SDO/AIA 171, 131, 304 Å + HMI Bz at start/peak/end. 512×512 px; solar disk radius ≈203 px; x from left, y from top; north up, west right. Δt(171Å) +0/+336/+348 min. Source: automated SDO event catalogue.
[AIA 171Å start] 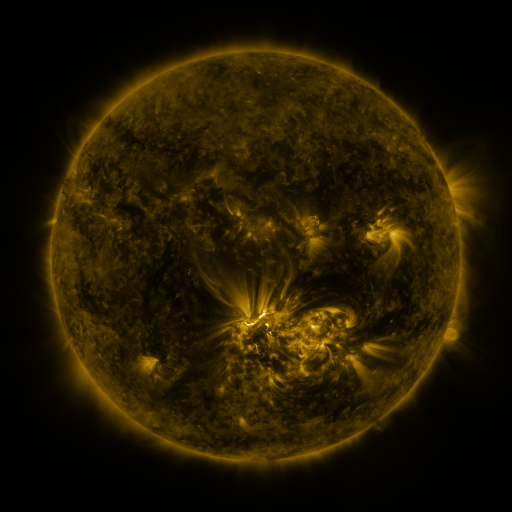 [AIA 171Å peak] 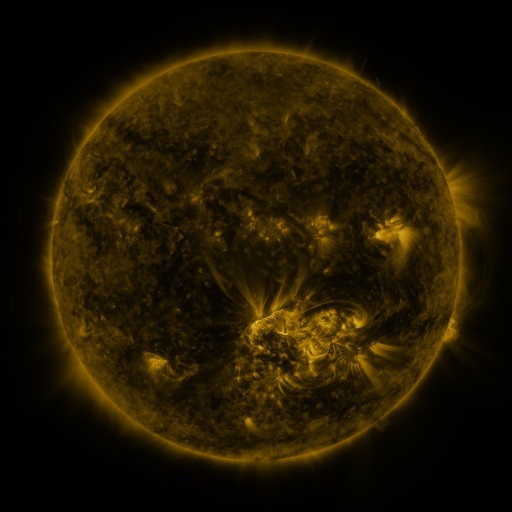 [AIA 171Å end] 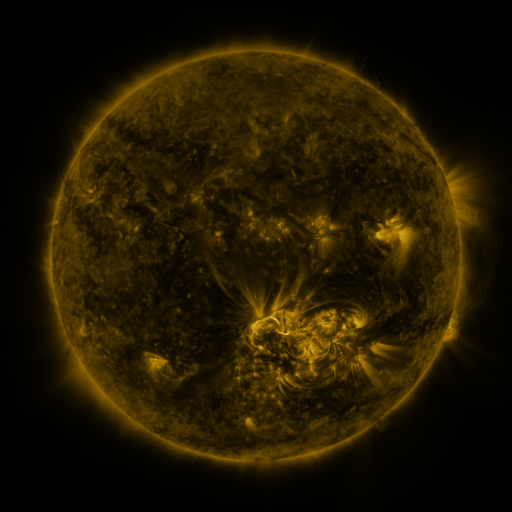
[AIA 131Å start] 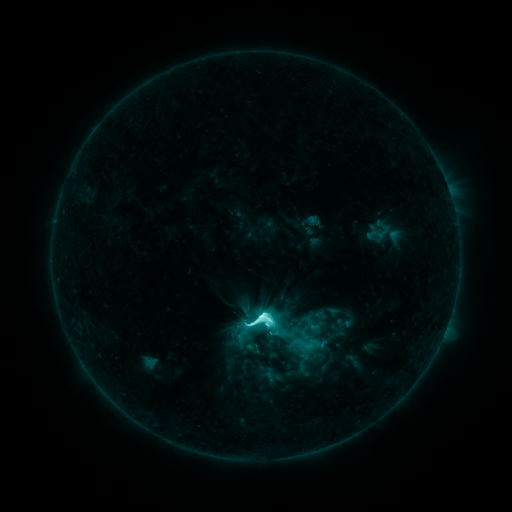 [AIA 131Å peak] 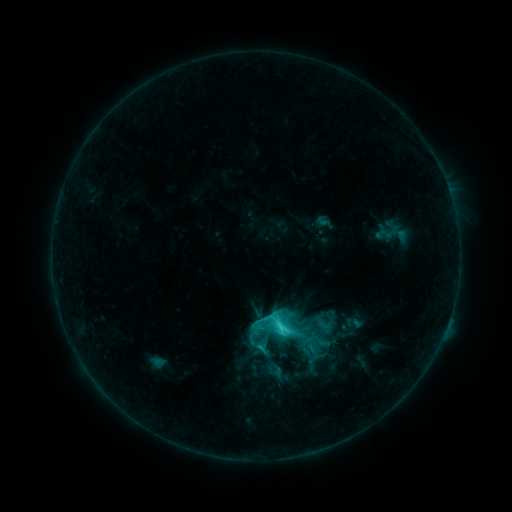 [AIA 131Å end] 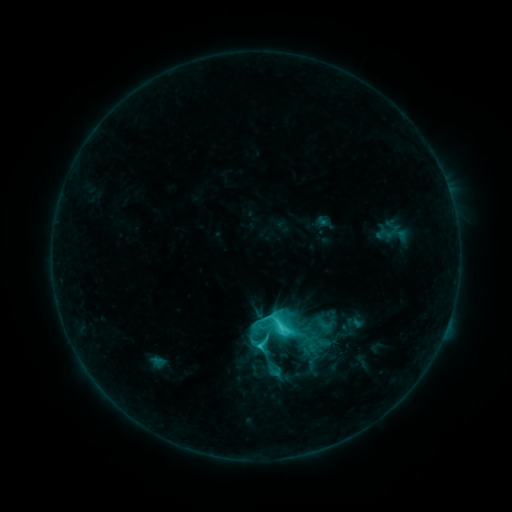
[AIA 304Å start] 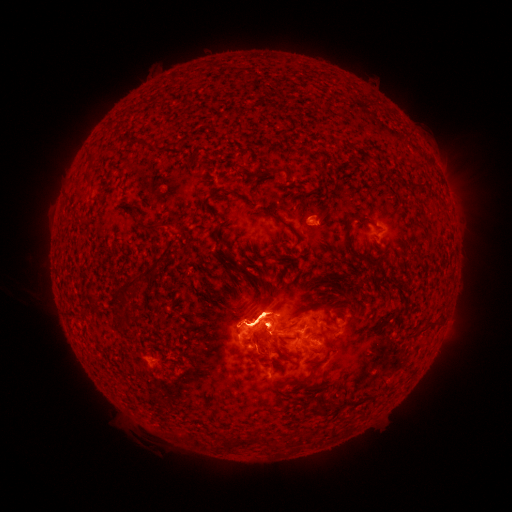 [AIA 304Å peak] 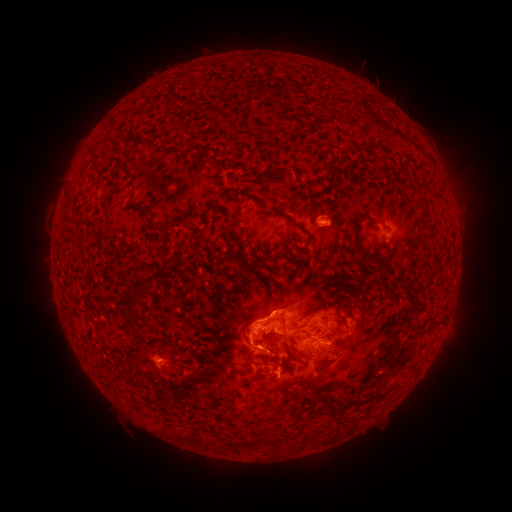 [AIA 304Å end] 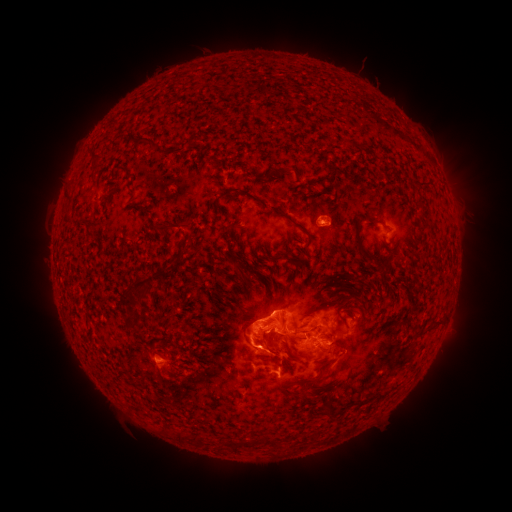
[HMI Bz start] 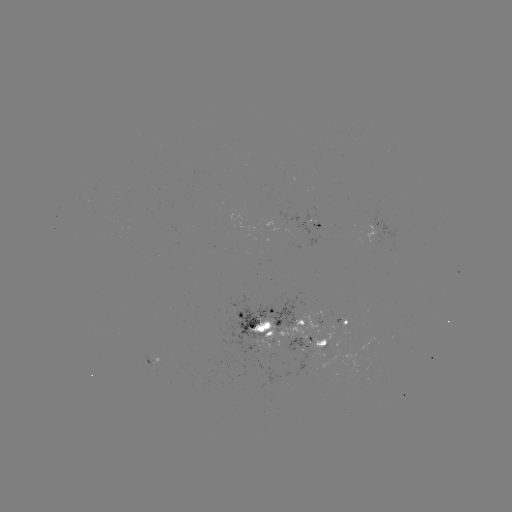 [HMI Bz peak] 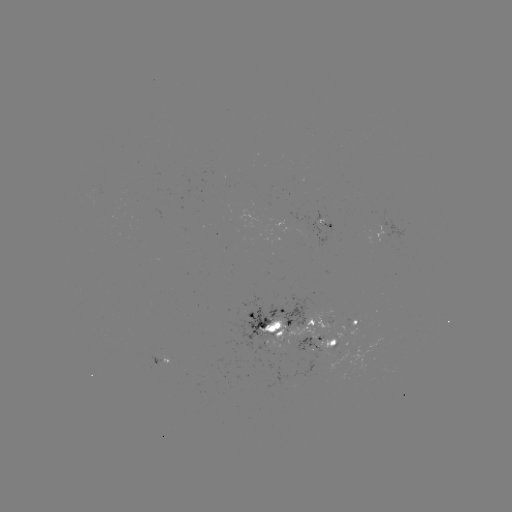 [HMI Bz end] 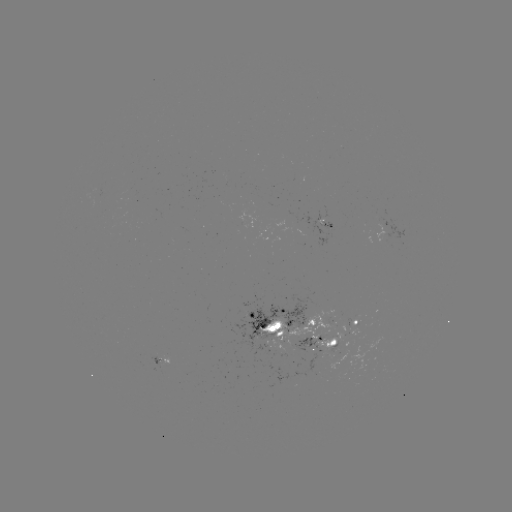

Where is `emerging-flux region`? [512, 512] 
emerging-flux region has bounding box [146, 356, 162, 367].